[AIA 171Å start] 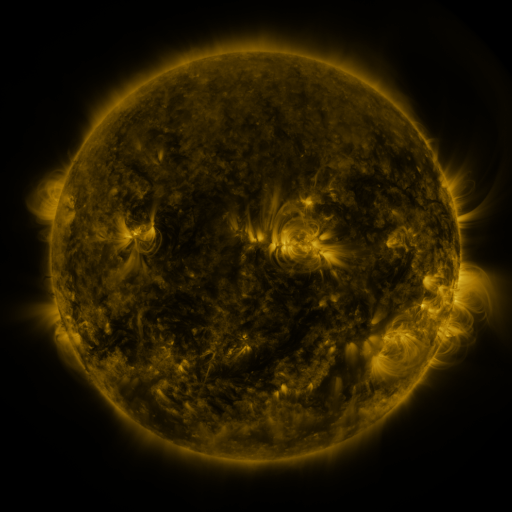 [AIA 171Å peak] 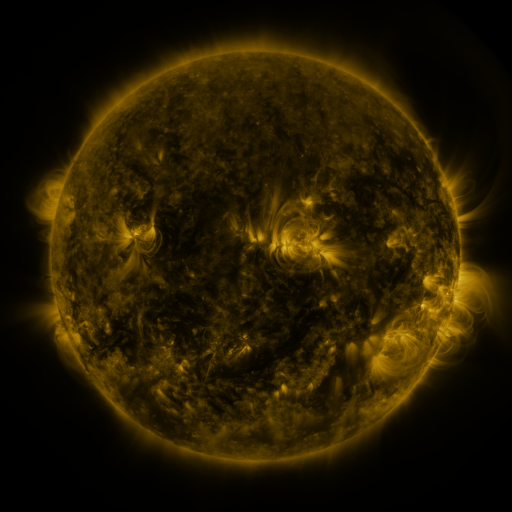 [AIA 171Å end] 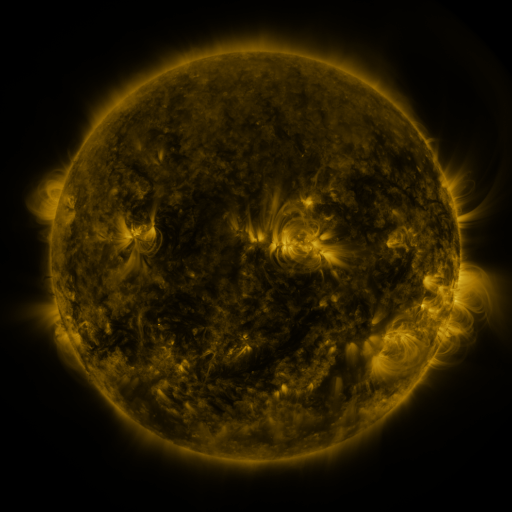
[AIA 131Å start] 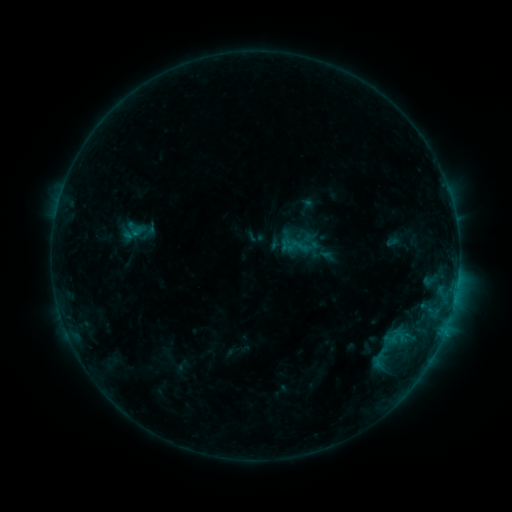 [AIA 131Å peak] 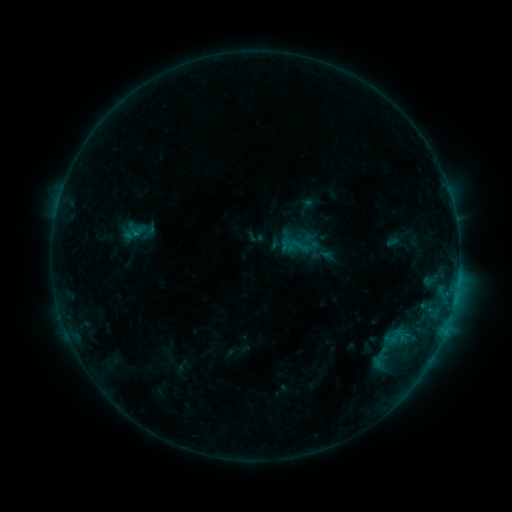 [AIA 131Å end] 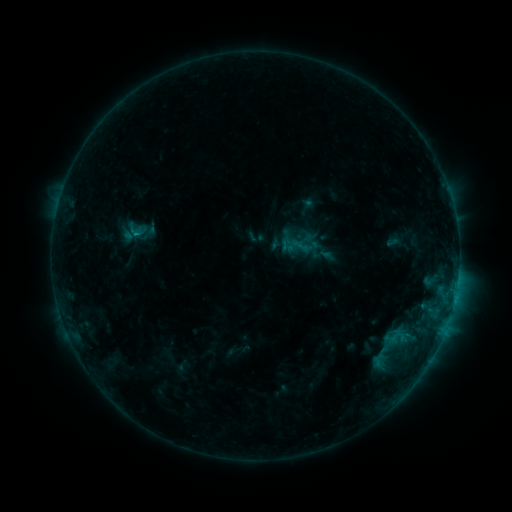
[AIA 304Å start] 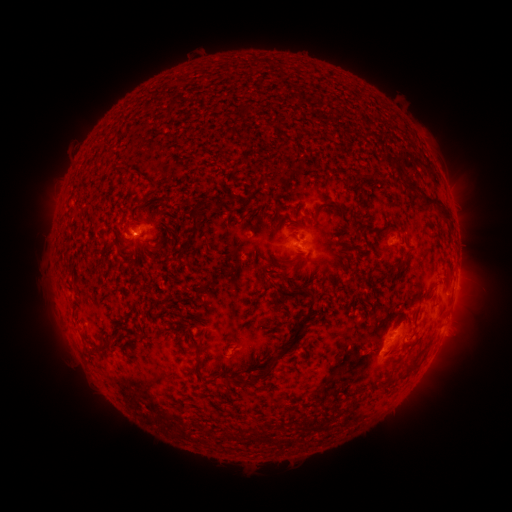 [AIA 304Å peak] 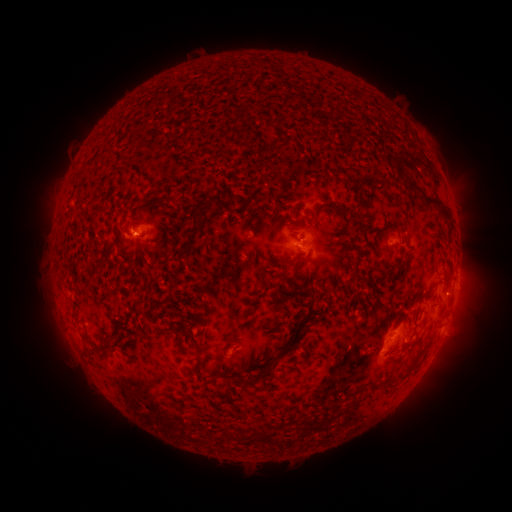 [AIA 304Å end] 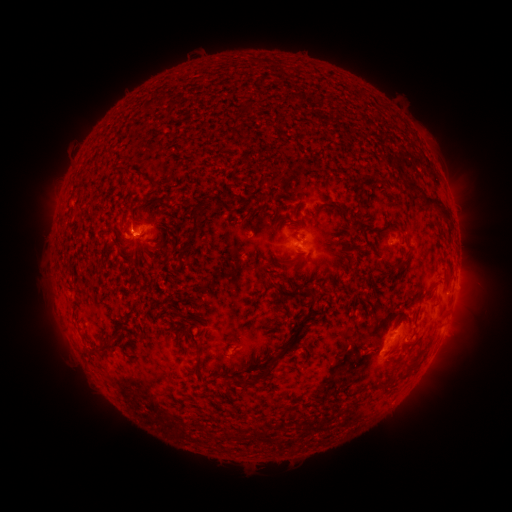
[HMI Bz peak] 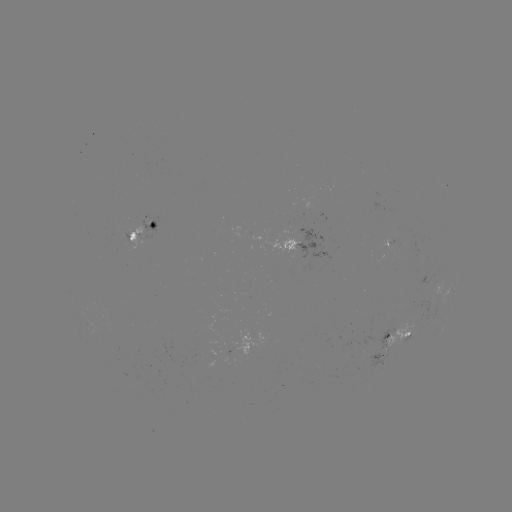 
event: flare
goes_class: B8.3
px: (138, 235)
